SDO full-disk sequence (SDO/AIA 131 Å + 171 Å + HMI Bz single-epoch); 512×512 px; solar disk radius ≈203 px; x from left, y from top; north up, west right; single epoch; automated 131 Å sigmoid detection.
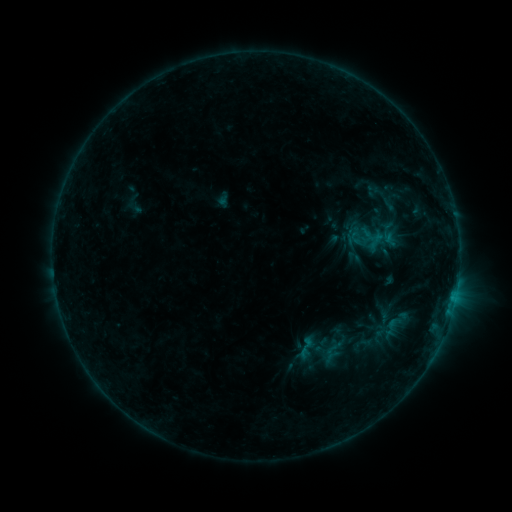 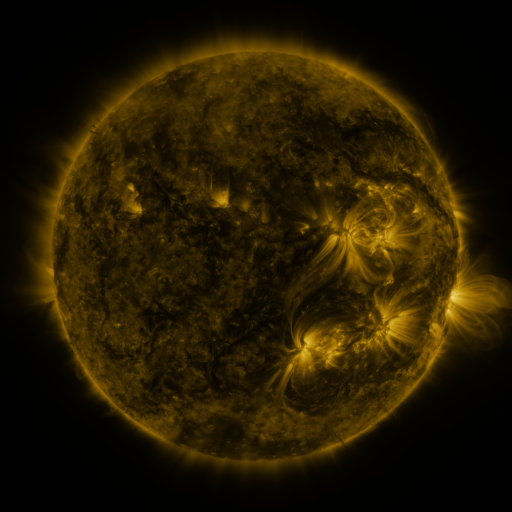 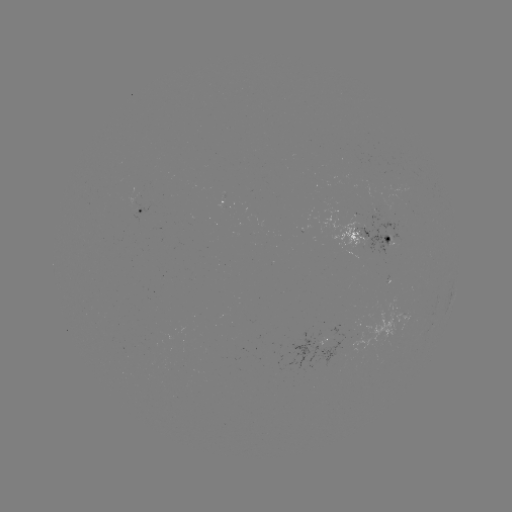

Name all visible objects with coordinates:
sigmoid: (306, 347)
